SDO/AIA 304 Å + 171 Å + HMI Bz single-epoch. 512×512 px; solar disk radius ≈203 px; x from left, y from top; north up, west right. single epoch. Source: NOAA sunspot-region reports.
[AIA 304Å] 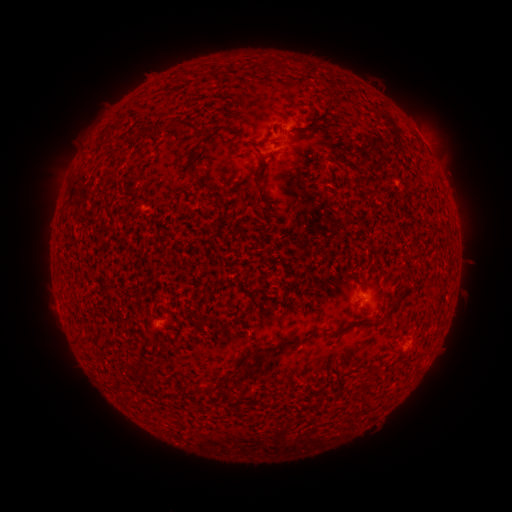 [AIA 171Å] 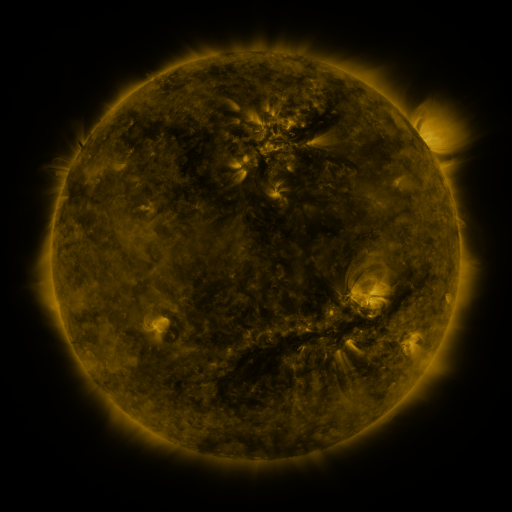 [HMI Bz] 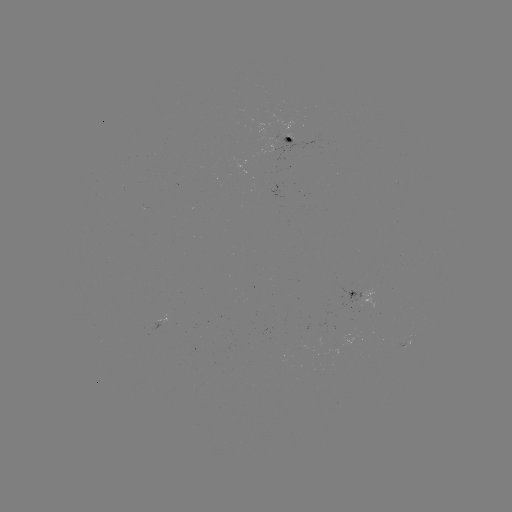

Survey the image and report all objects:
spotted active region: (288, 134)
spotted active region: (360, 294)
